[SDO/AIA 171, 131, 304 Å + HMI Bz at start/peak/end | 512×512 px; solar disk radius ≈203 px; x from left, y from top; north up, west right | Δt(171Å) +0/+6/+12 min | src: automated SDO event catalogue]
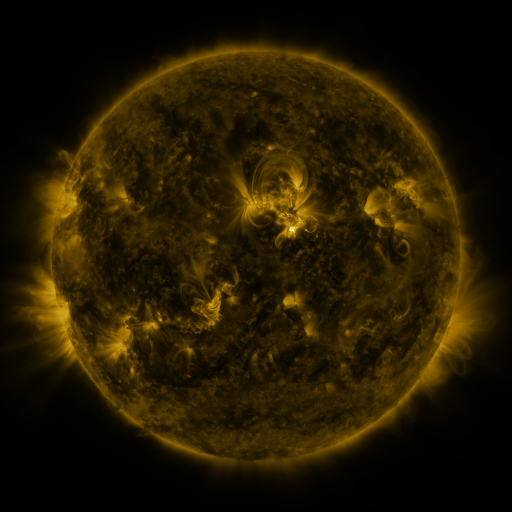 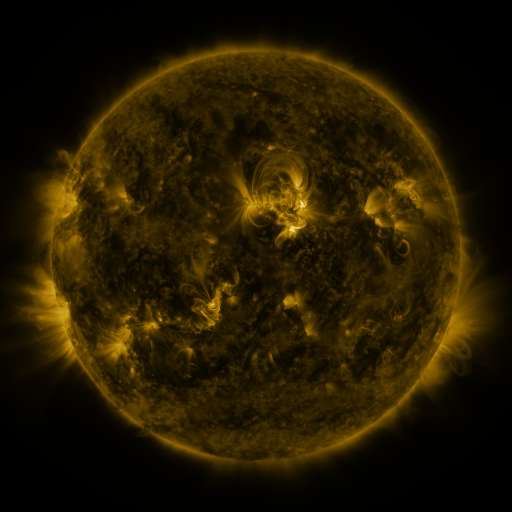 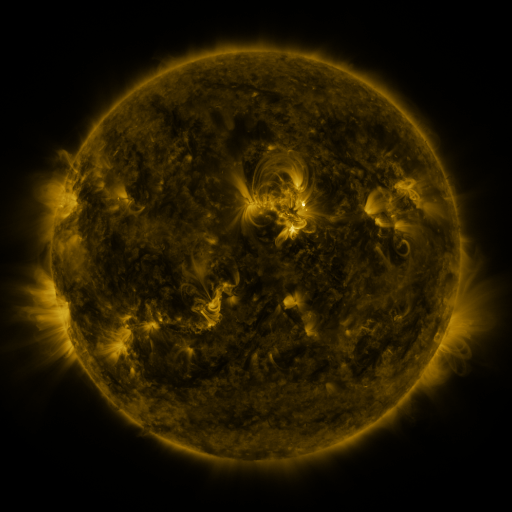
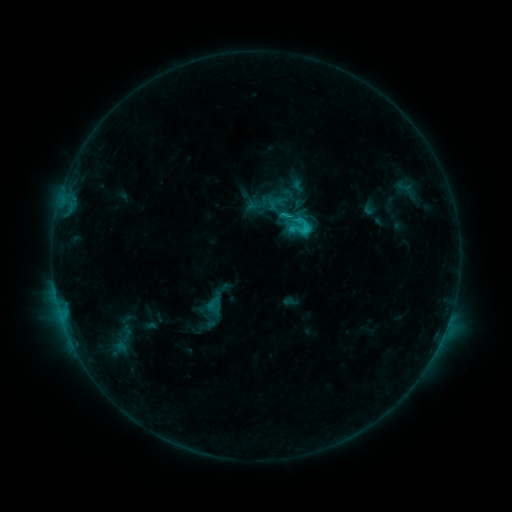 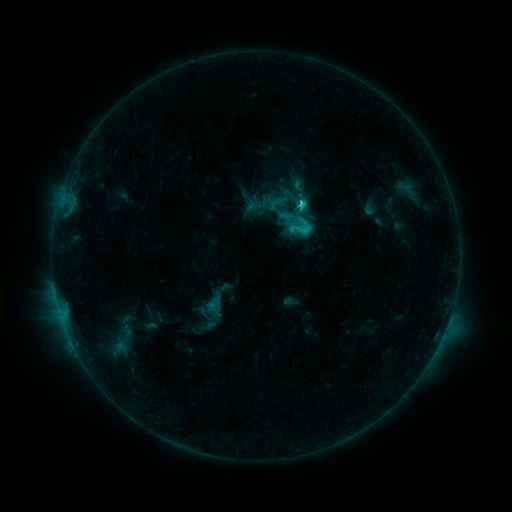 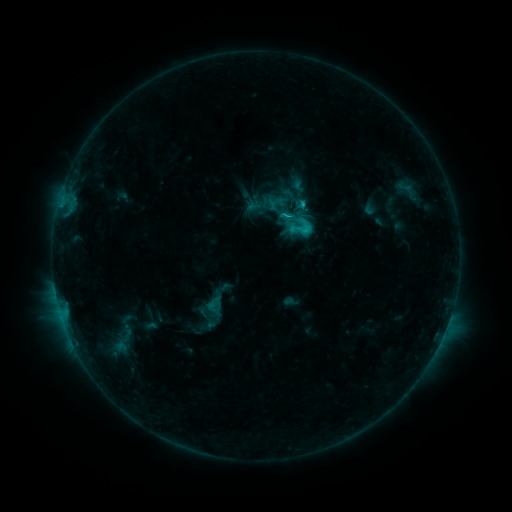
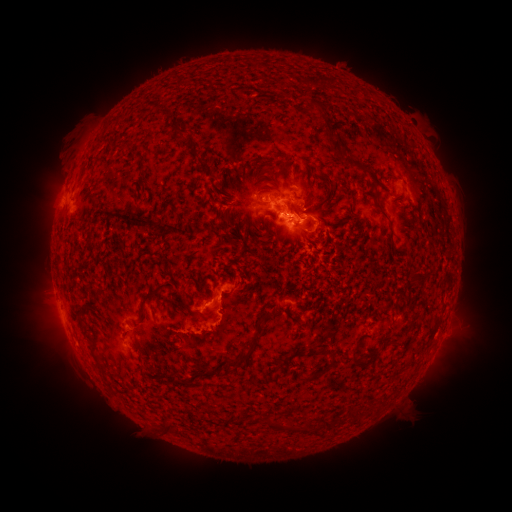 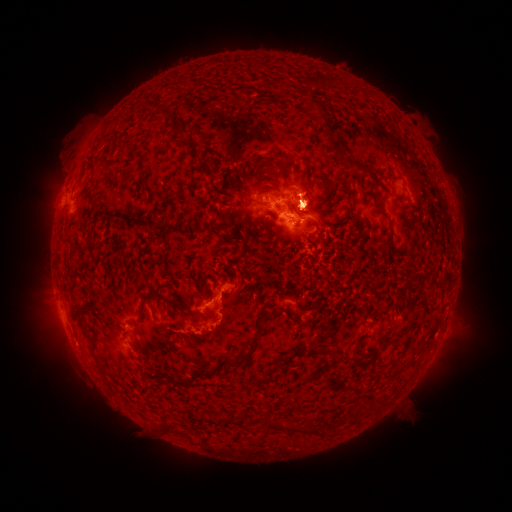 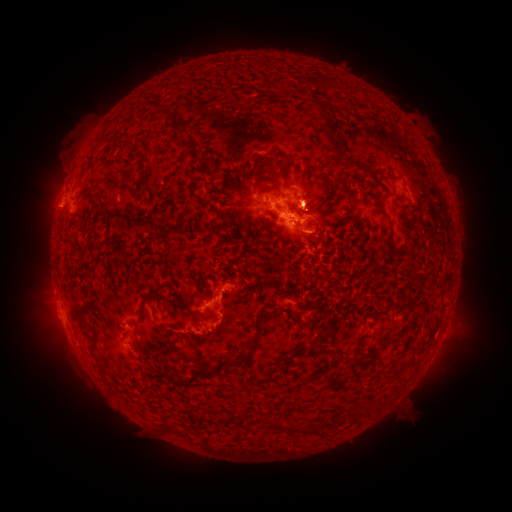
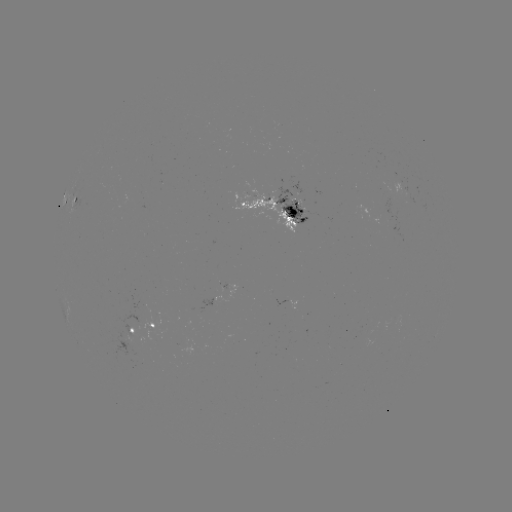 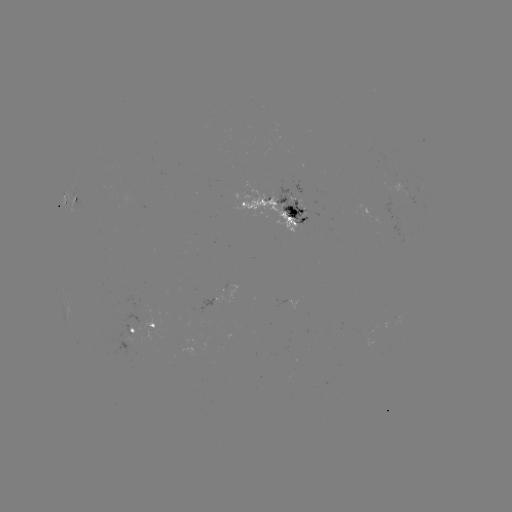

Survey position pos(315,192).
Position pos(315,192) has eruption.